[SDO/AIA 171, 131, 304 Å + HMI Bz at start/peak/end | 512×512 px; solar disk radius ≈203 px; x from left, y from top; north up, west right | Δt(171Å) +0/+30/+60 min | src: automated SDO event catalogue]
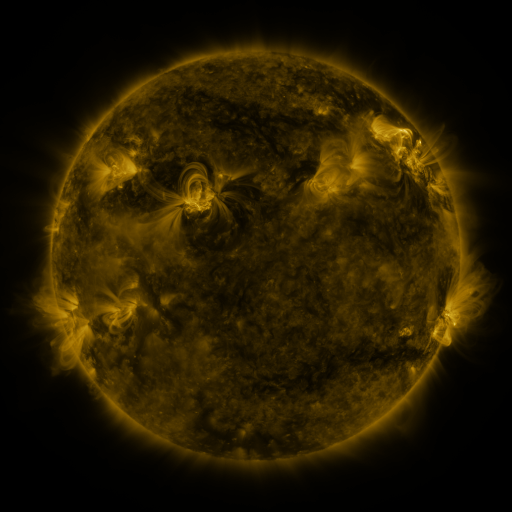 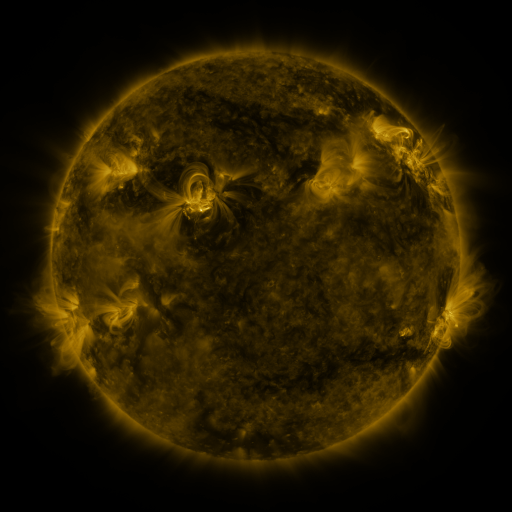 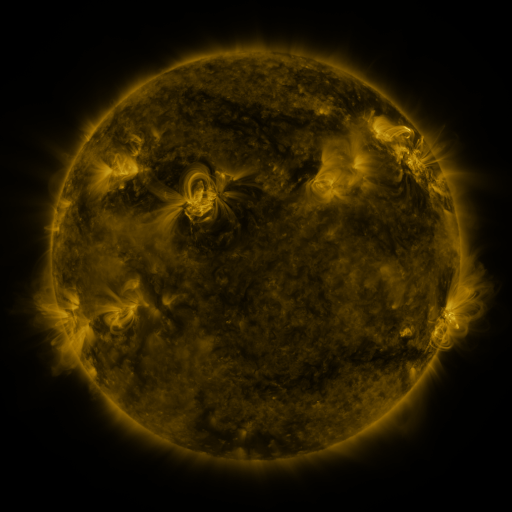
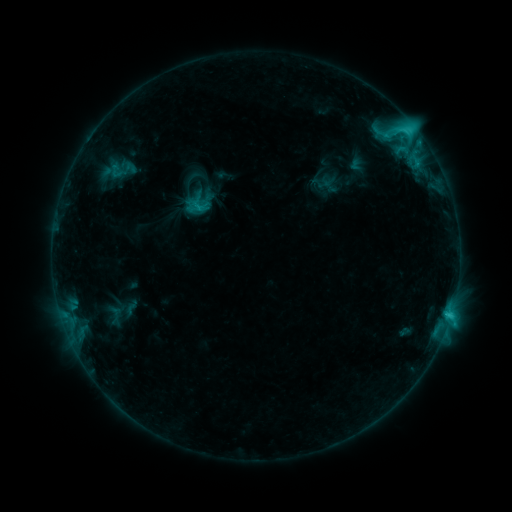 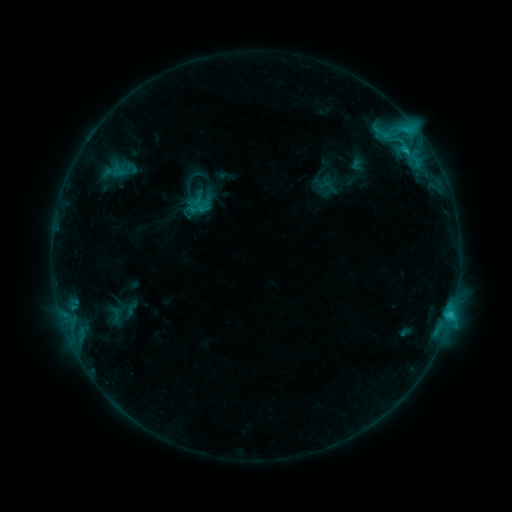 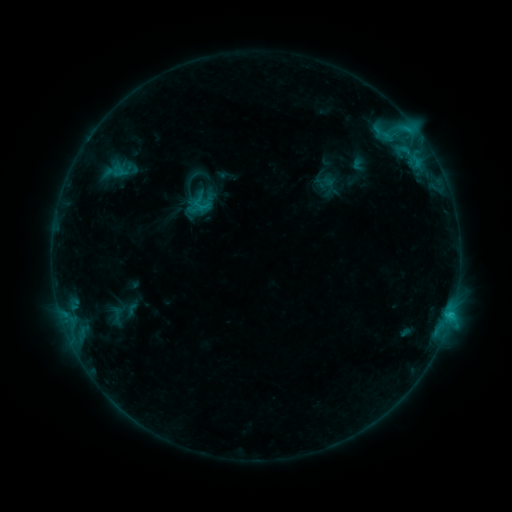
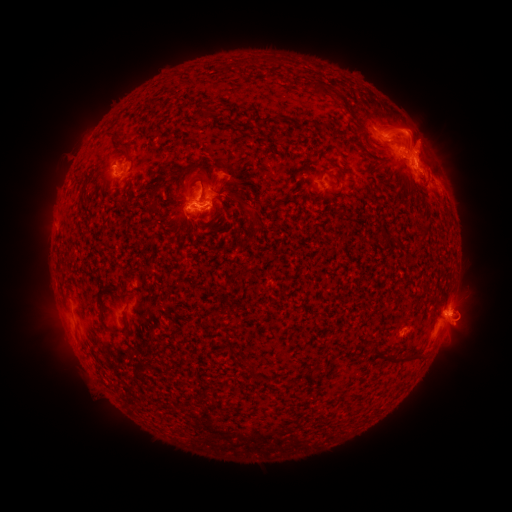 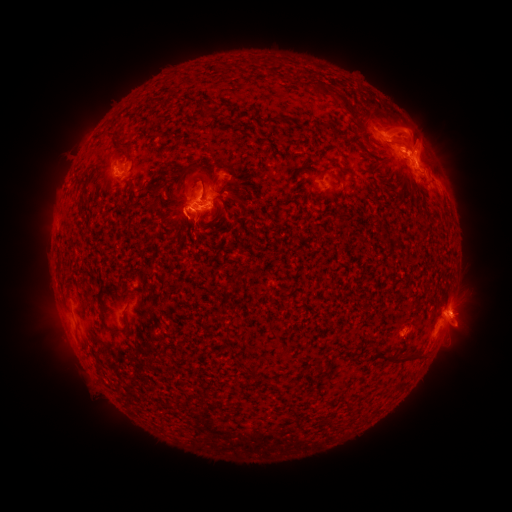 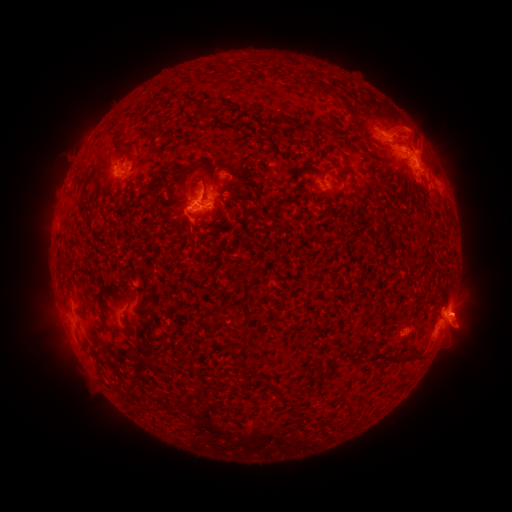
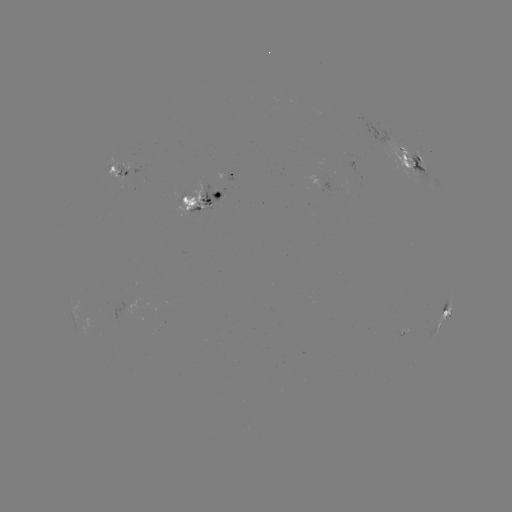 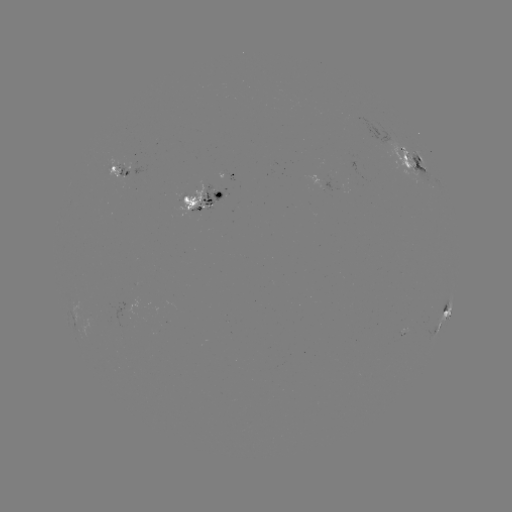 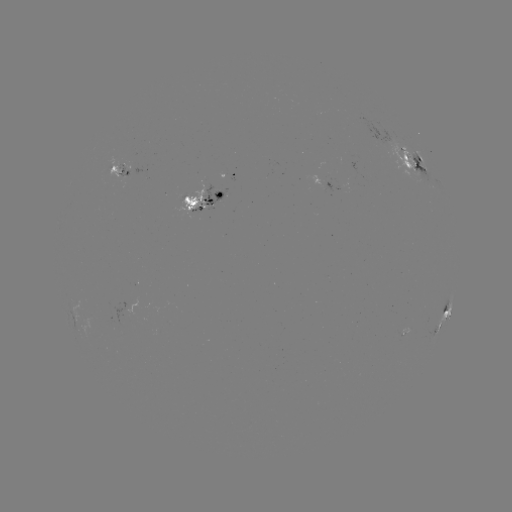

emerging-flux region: (110, 160, 126, 176)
